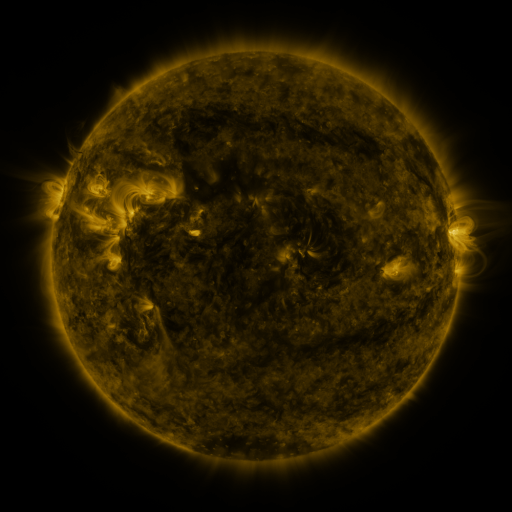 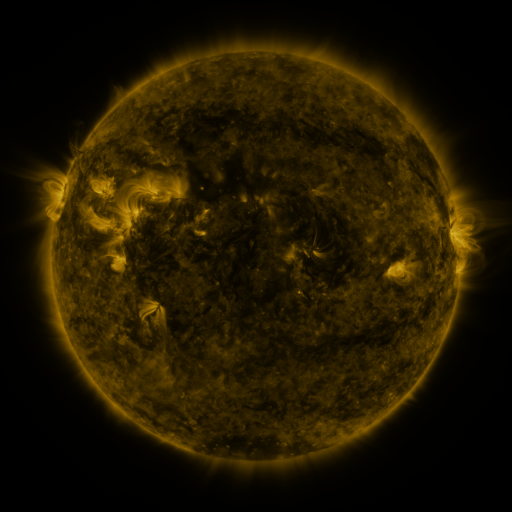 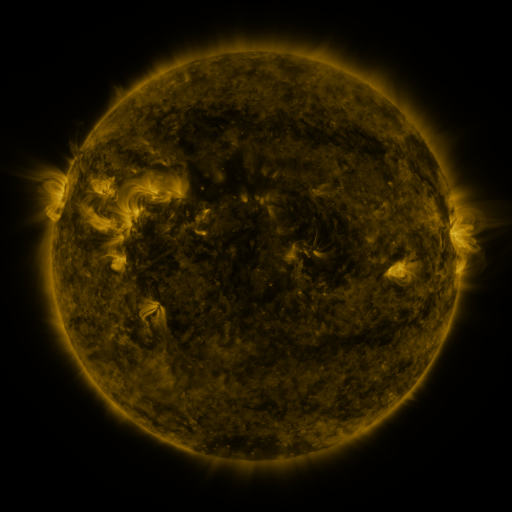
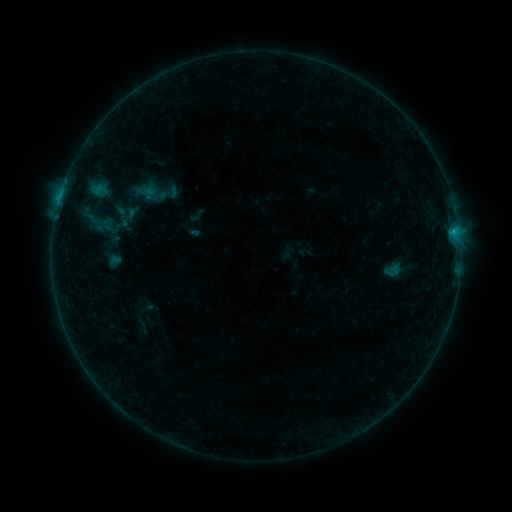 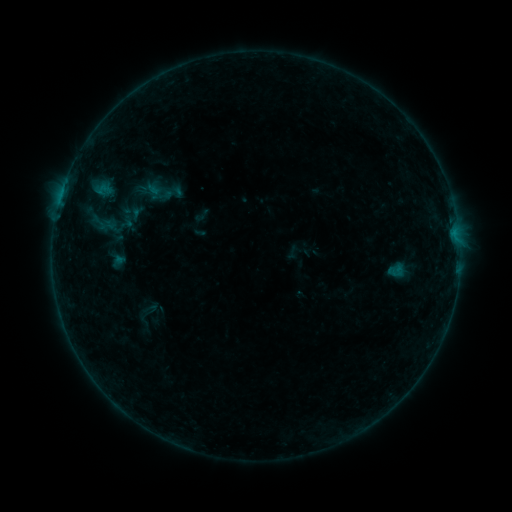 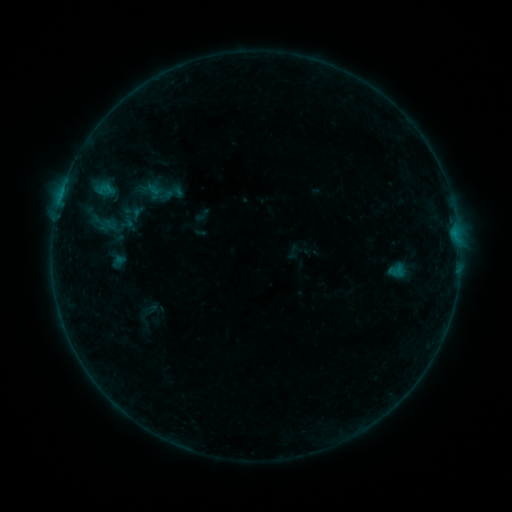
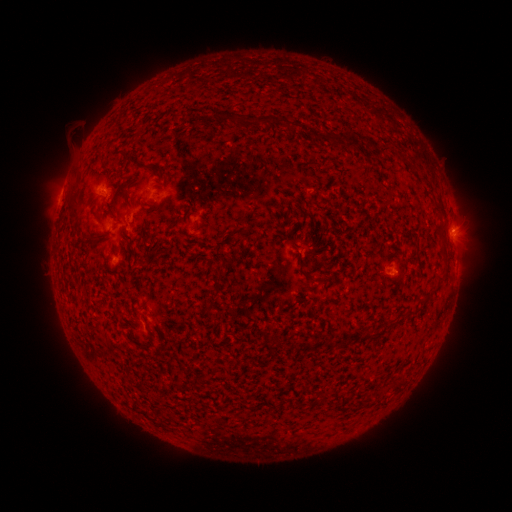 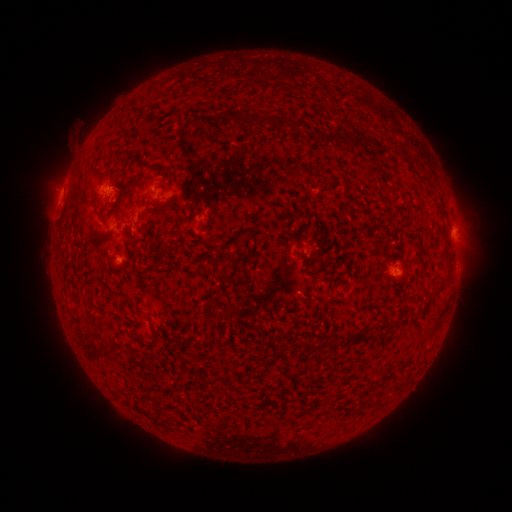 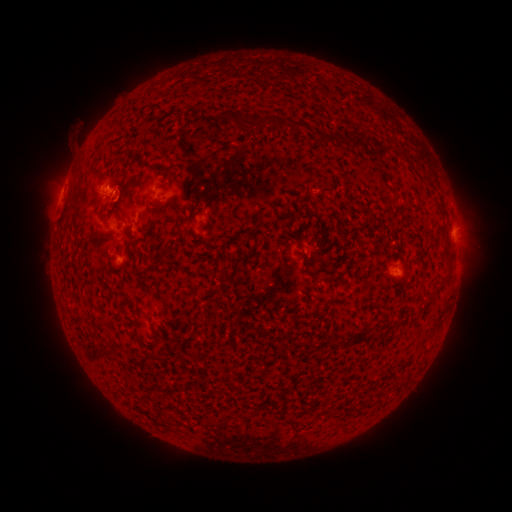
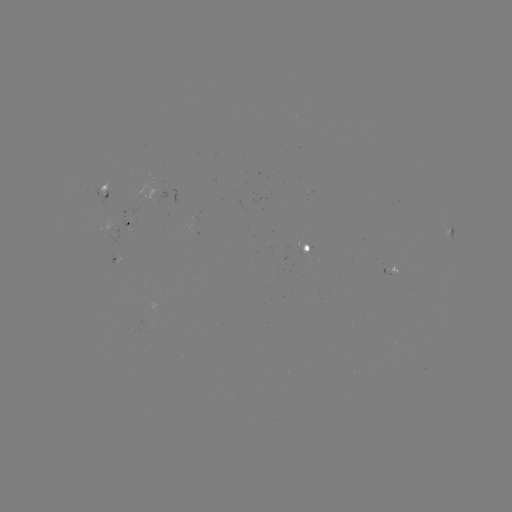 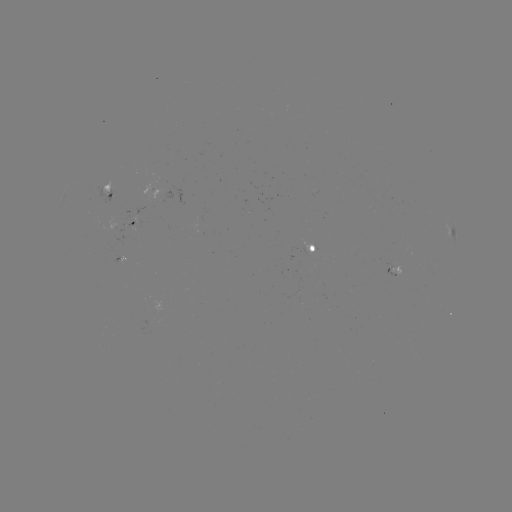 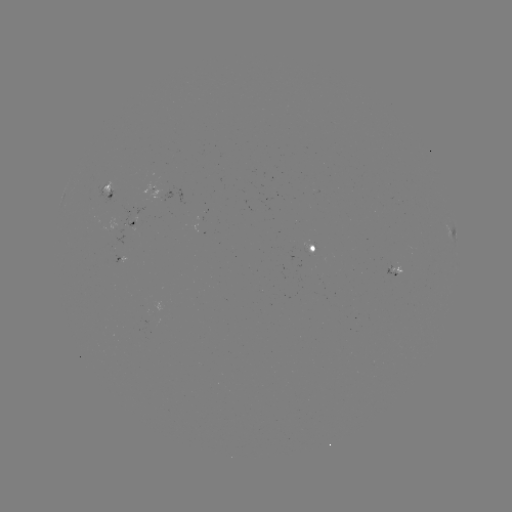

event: emerging-flux region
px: (389, 270)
